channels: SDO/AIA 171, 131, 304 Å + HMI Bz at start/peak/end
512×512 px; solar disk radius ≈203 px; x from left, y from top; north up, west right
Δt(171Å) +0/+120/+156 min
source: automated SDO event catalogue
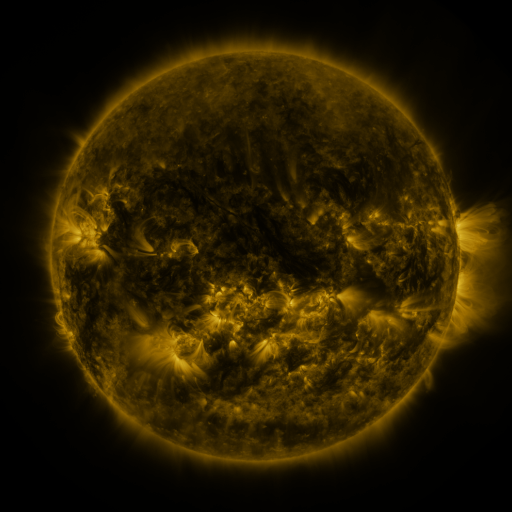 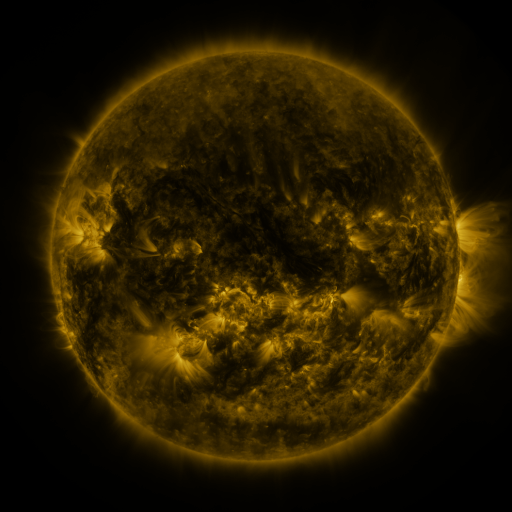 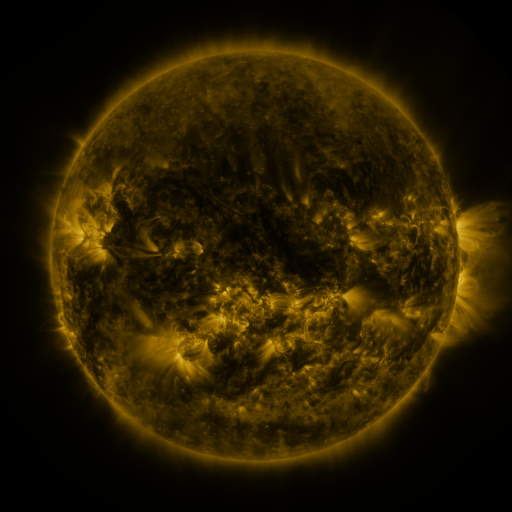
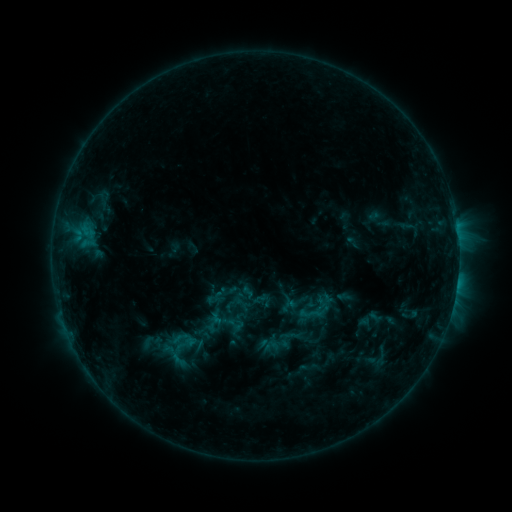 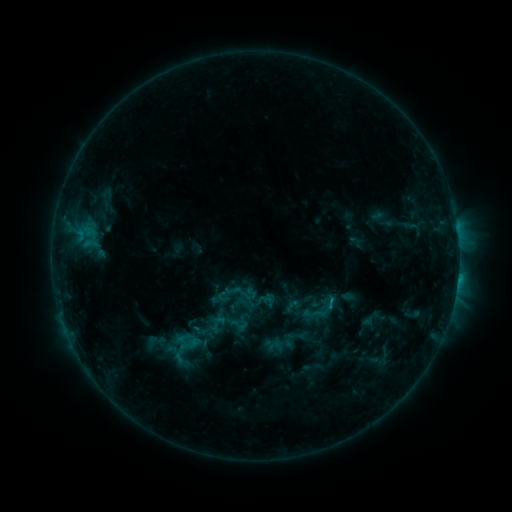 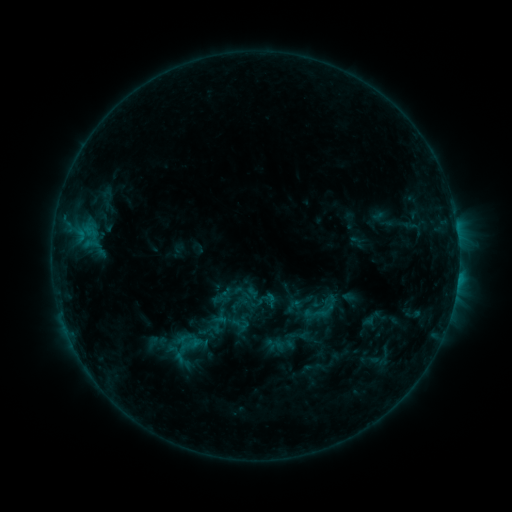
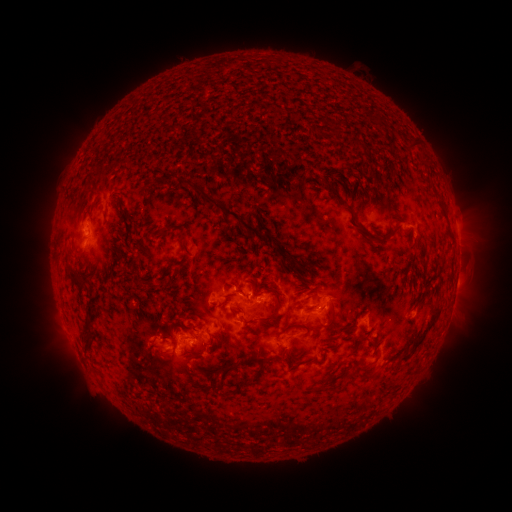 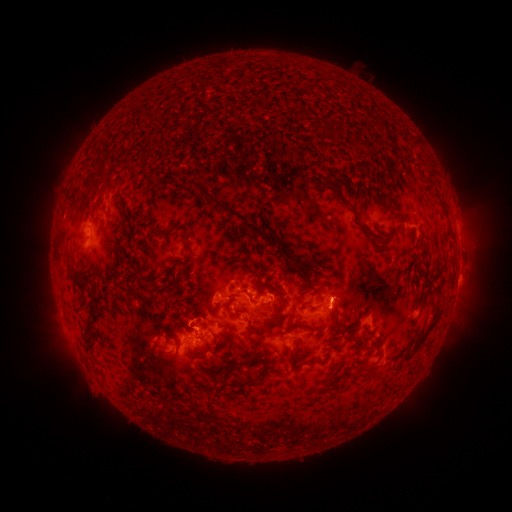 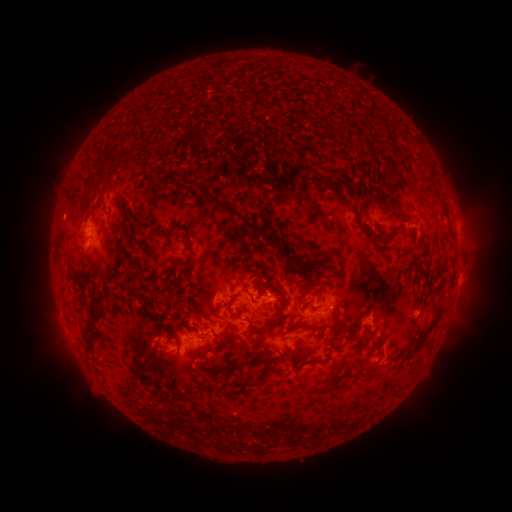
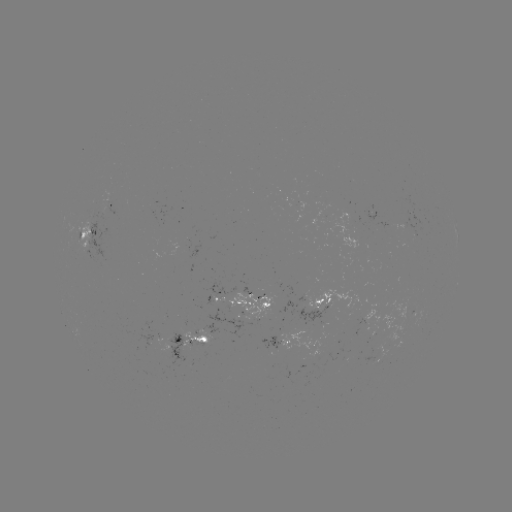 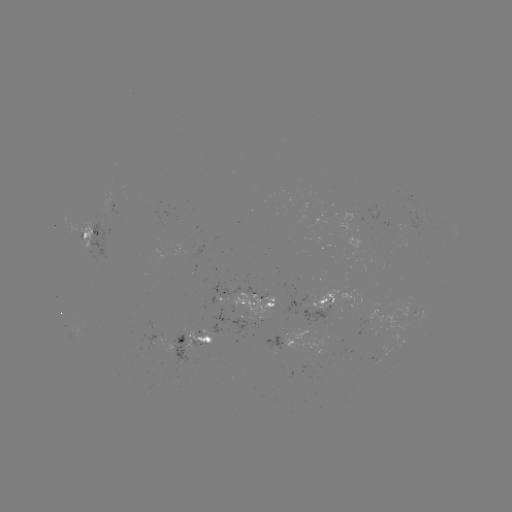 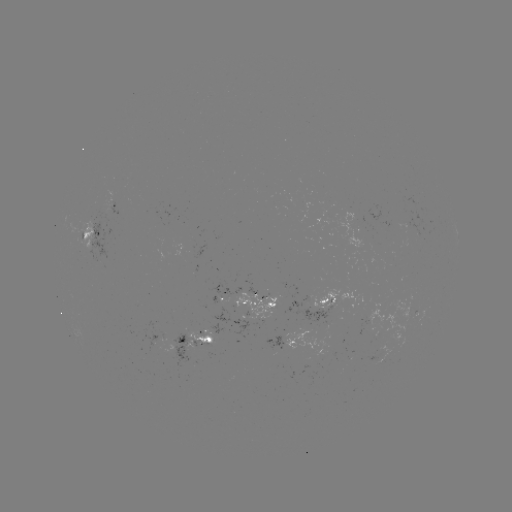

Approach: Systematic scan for emerging-flux region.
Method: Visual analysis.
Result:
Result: emerging-flux region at (409, 223).